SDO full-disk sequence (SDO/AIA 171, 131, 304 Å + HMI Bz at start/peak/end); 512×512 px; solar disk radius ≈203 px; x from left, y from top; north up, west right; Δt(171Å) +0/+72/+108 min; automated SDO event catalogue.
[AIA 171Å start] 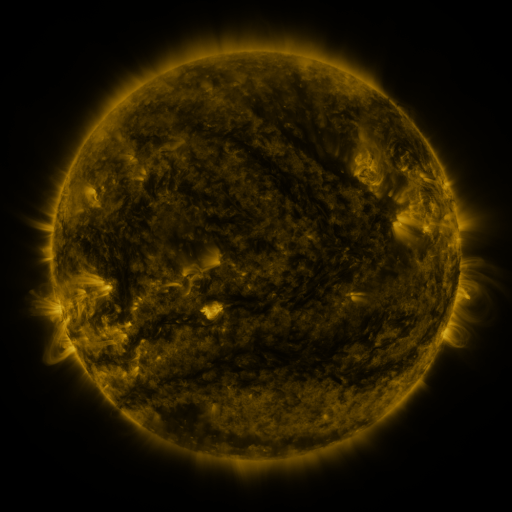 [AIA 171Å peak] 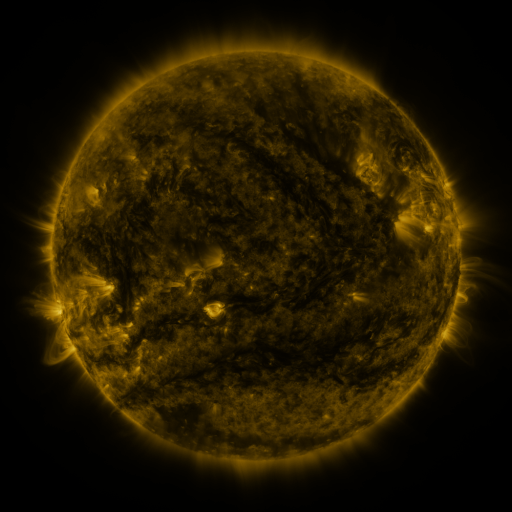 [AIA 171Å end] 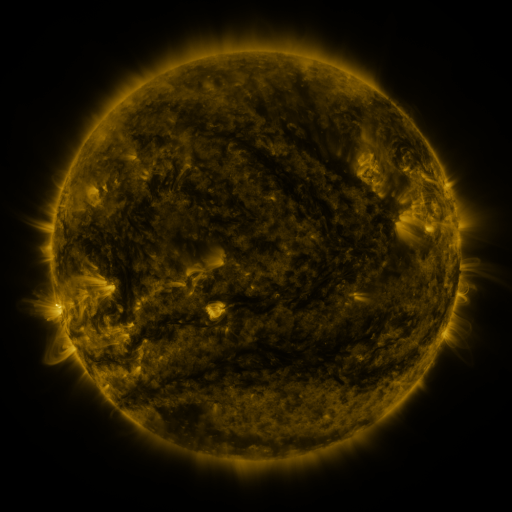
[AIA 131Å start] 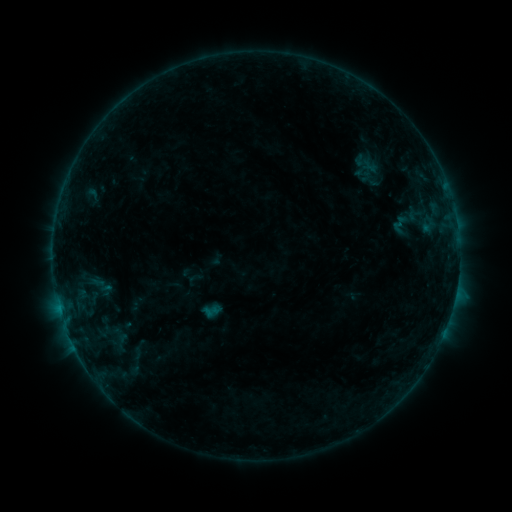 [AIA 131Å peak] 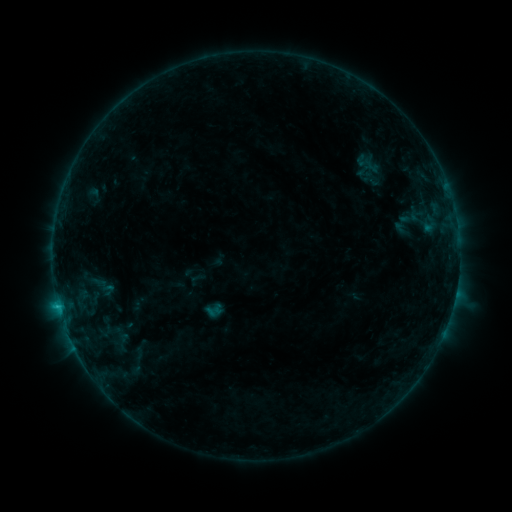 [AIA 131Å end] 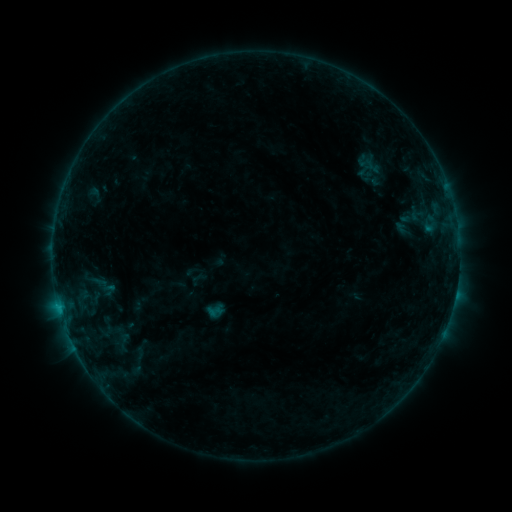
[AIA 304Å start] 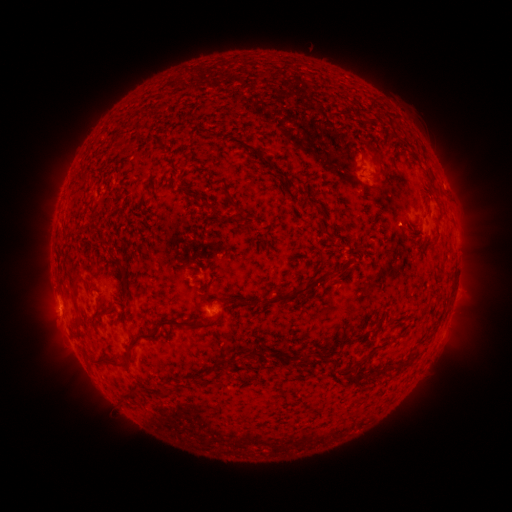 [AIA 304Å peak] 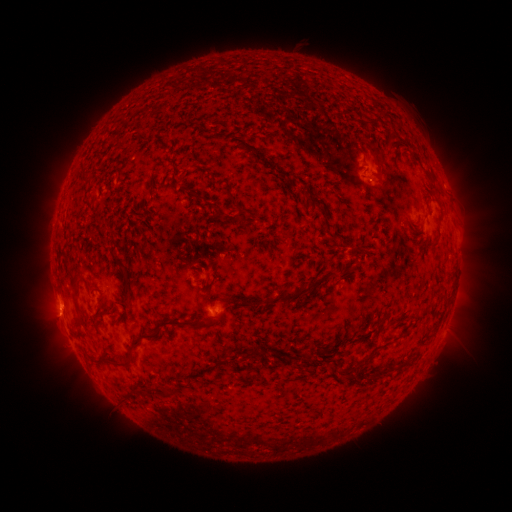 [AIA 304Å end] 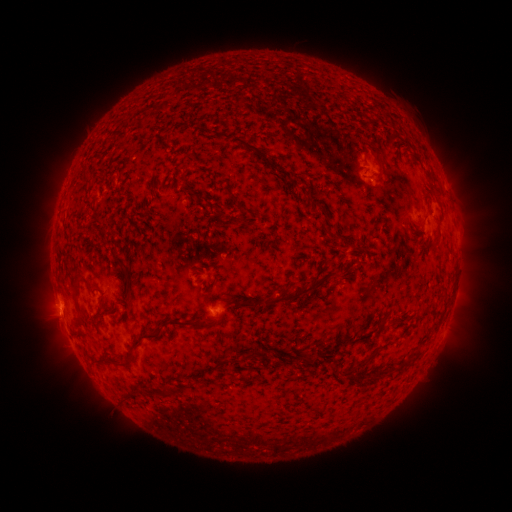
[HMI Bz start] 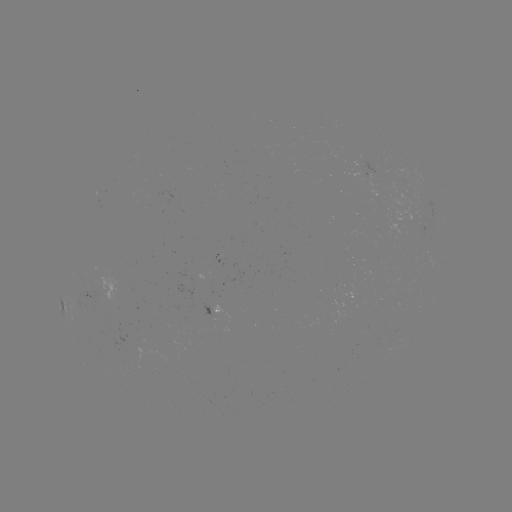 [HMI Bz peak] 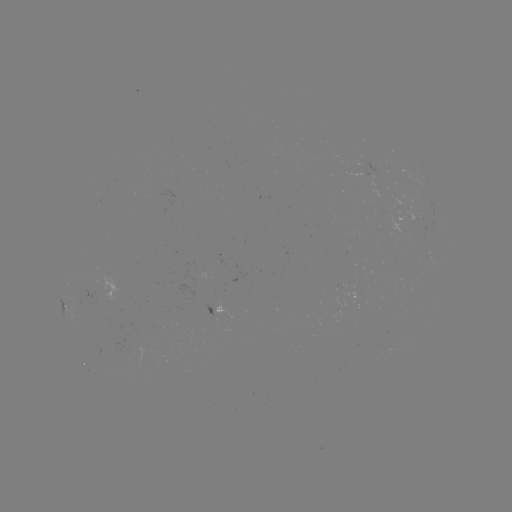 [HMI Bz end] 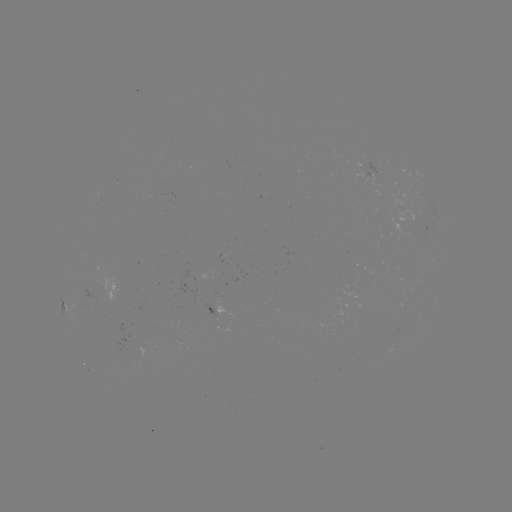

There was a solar flare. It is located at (60, 303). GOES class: C1.1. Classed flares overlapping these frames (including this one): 2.